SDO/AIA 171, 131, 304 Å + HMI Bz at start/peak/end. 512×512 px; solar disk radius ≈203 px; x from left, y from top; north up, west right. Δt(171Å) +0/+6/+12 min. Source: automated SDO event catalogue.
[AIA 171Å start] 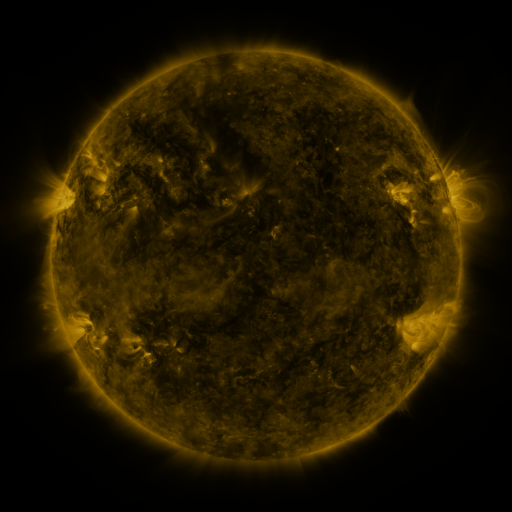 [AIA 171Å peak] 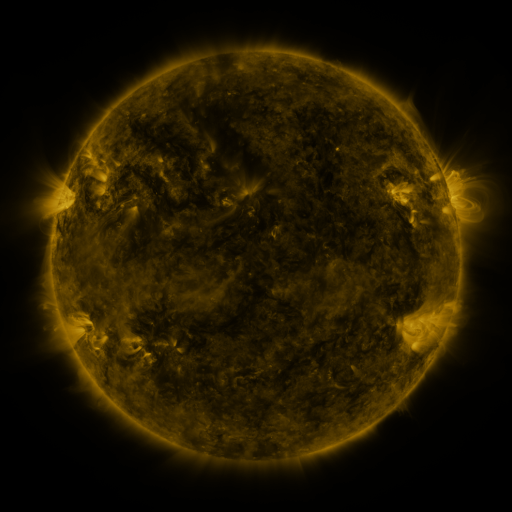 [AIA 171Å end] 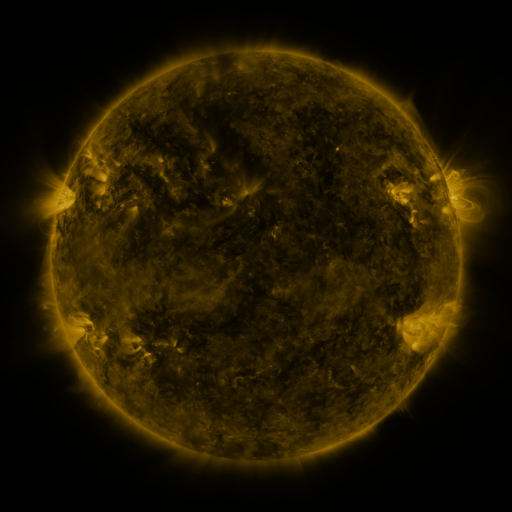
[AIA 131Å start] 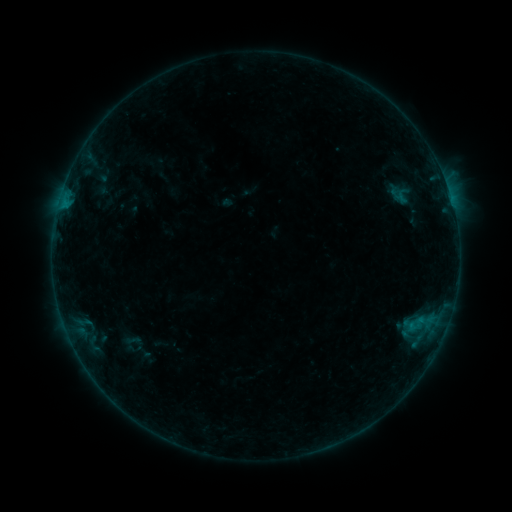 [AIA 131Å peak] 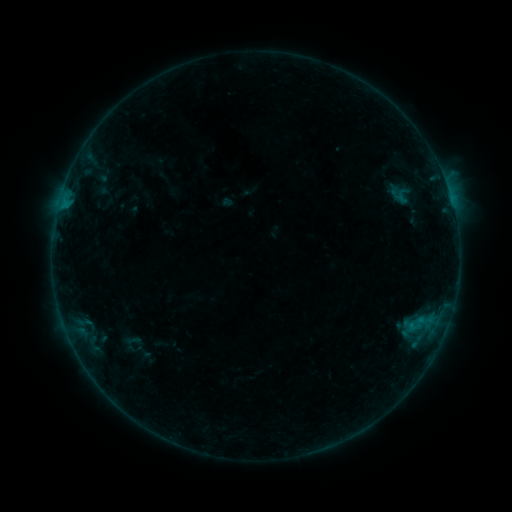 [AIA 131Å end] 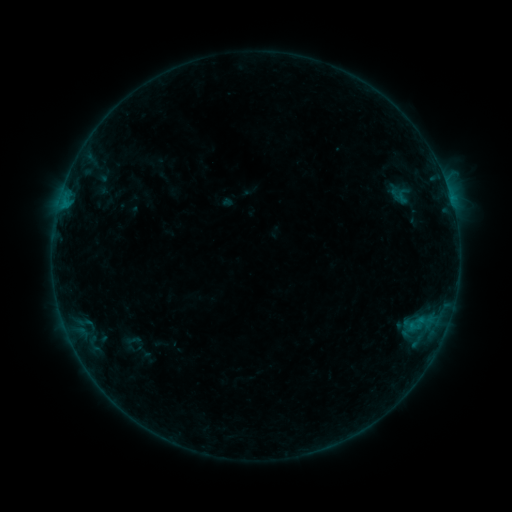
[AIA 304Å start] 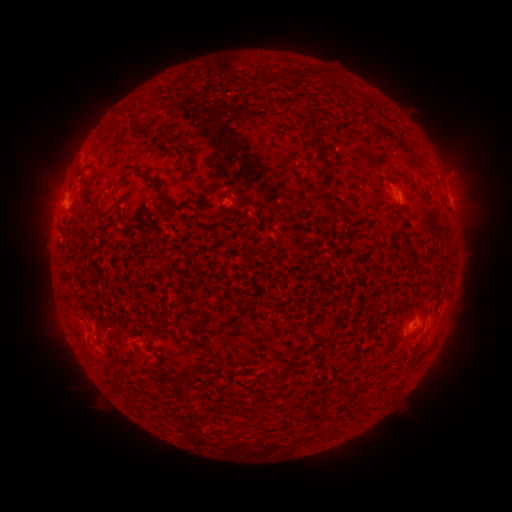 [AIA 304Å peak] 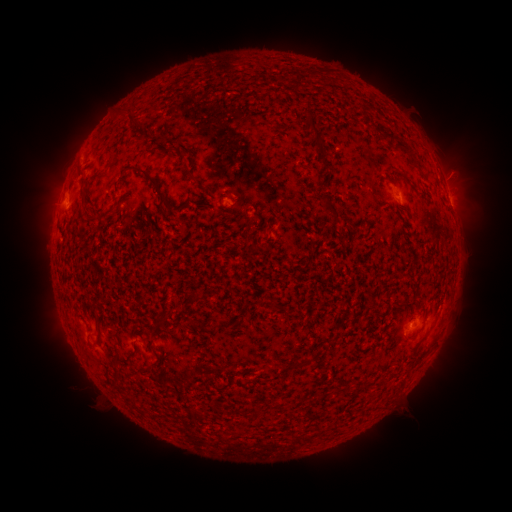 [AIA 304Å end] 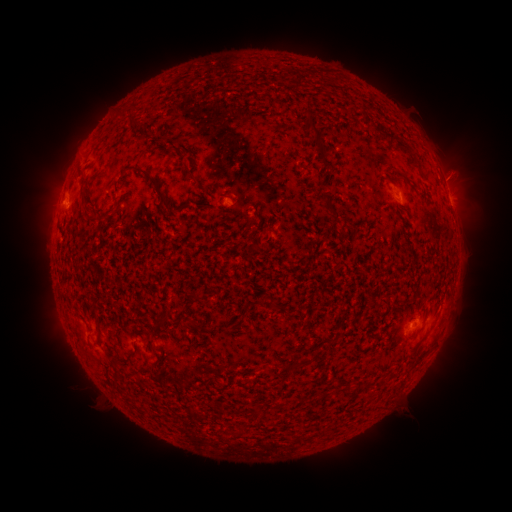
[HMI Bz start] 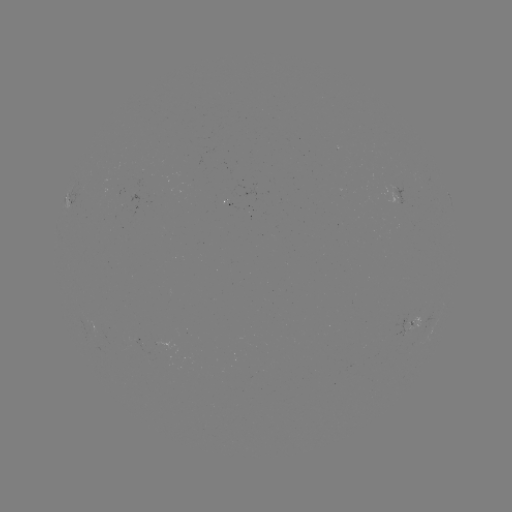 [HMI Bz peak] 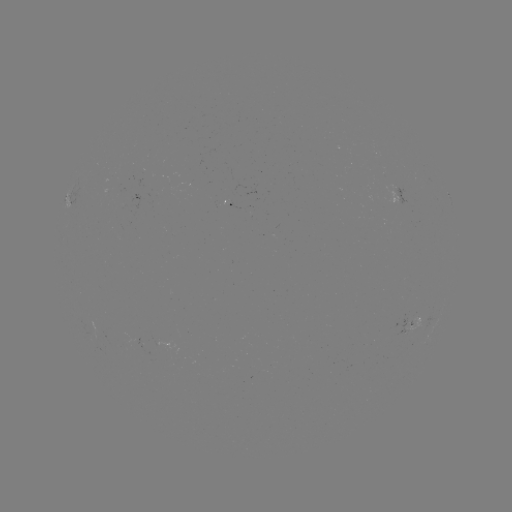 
no catalogued flare and no flagged EUV brightening in this window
